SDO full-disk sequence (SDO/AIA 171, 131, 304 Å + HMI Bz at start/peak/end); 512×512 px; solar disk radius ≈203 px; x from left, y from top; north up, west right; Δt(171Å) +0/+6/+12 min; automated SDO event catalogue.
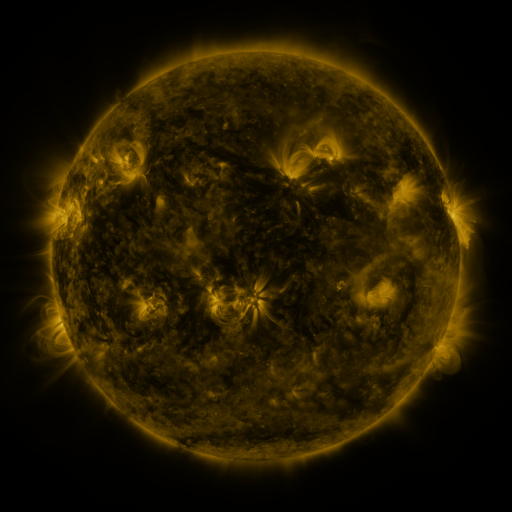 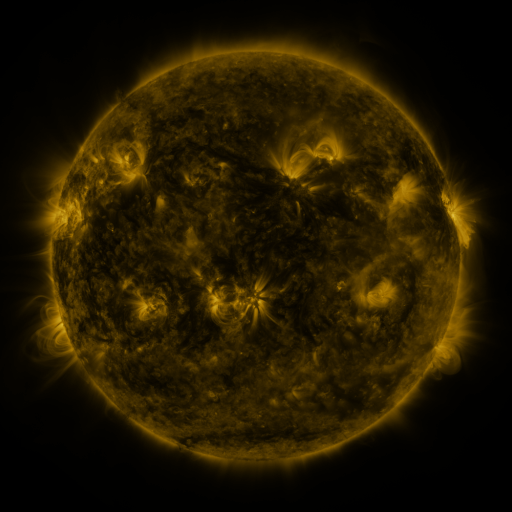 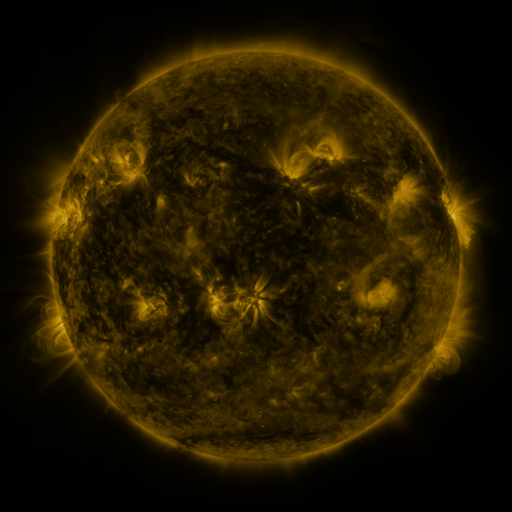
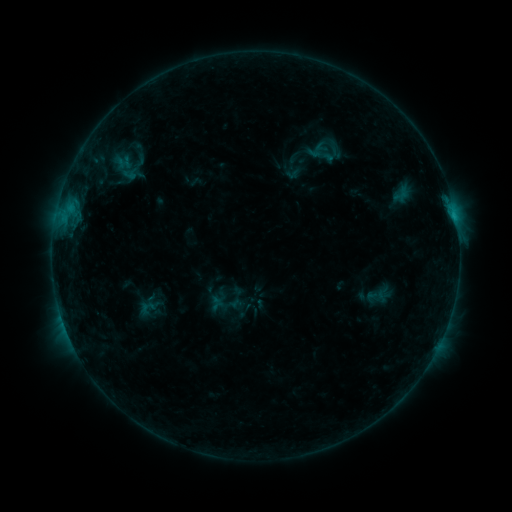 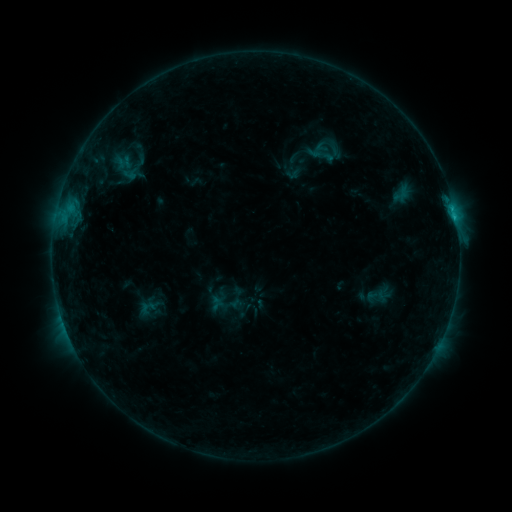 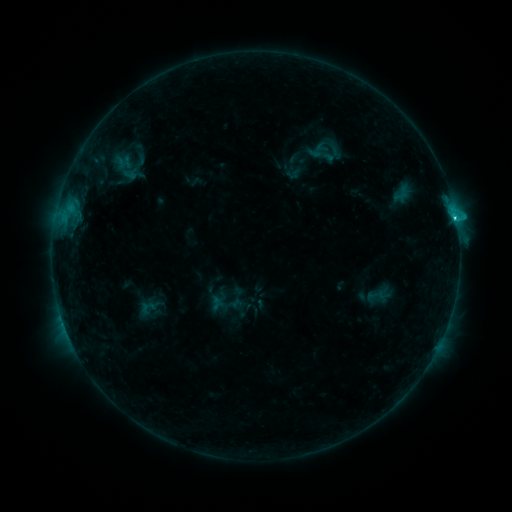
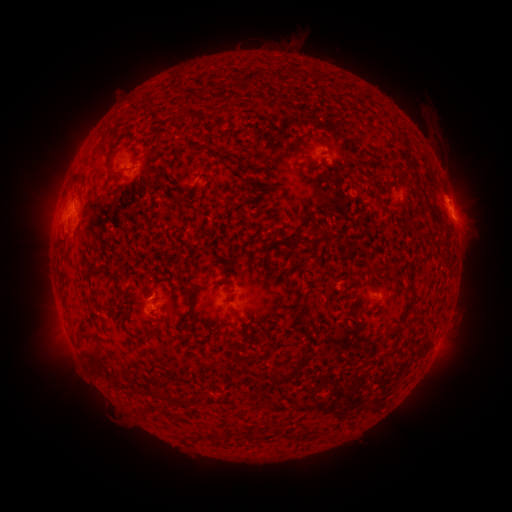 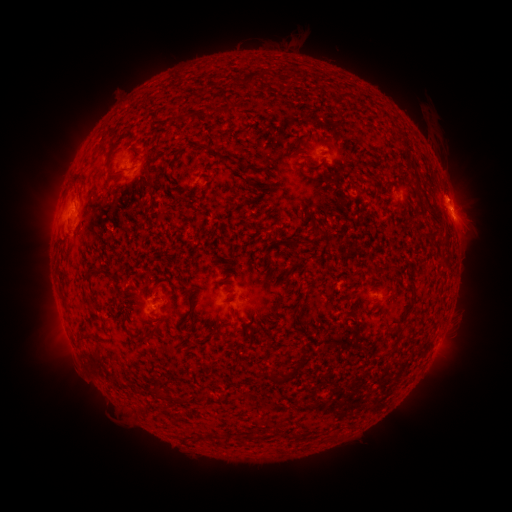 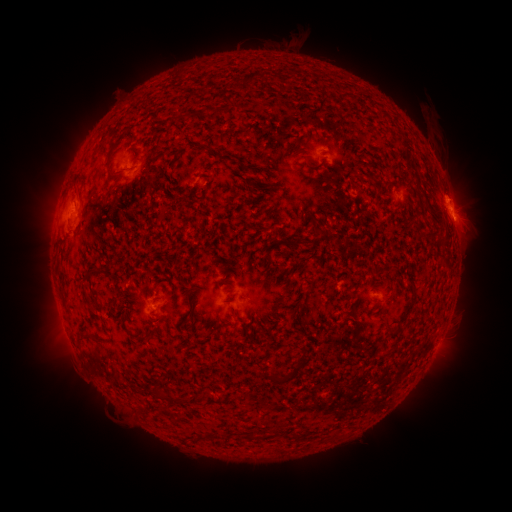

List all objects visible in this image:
C2.5 flare: (454, 221)
